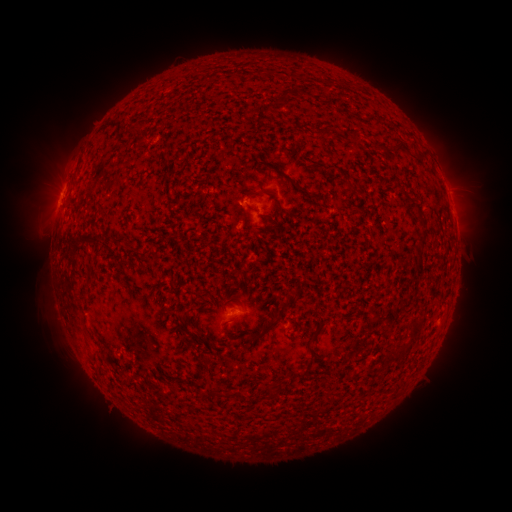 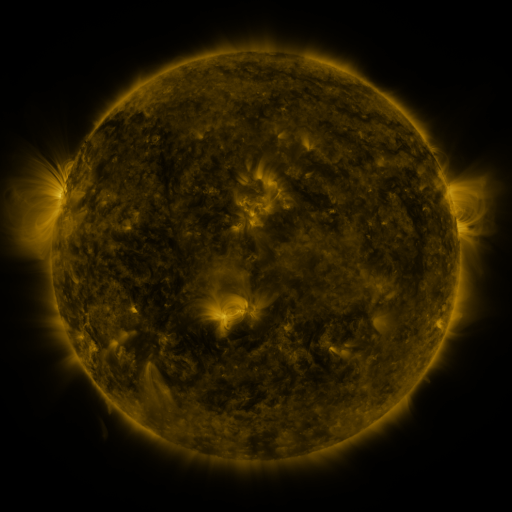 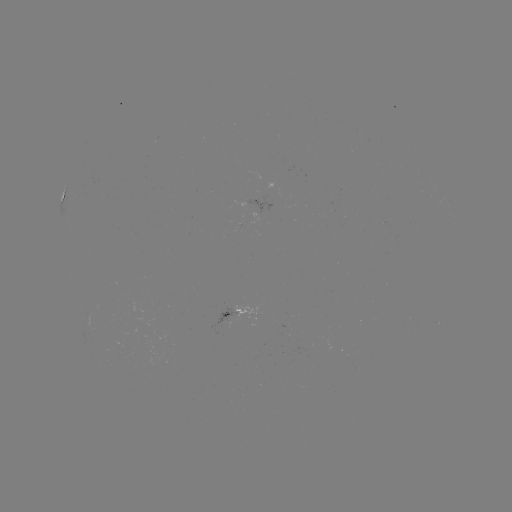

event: spotted active region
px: (232, 315)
